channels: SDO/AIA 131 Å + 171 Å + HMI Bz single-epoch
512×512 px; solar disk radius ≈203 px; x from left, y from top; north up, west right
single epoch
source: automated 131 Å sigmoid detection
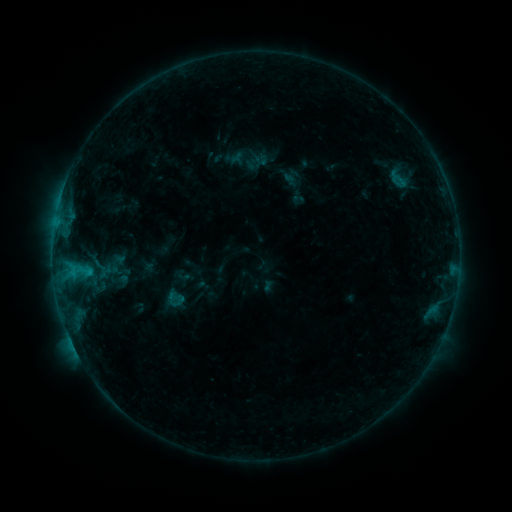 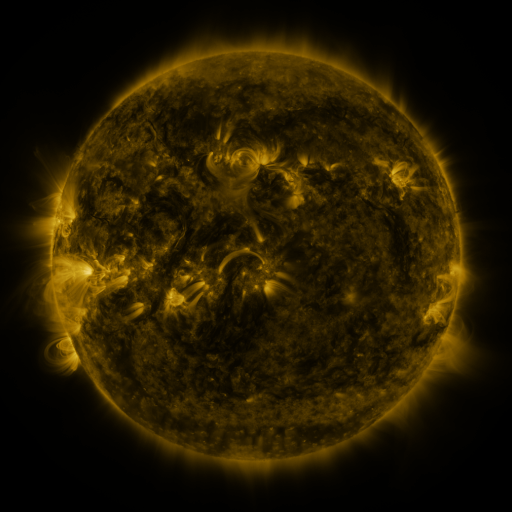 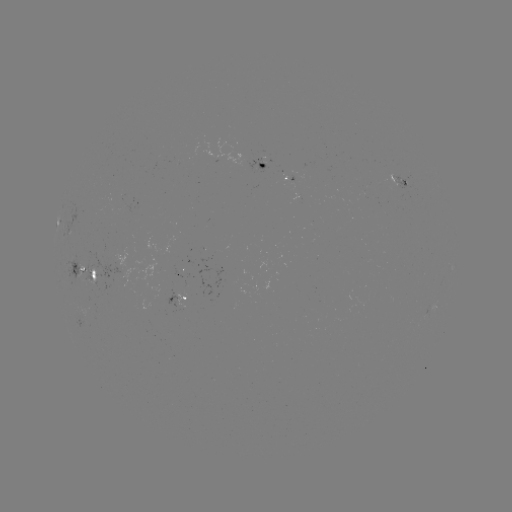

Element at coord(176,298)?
sigmoid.